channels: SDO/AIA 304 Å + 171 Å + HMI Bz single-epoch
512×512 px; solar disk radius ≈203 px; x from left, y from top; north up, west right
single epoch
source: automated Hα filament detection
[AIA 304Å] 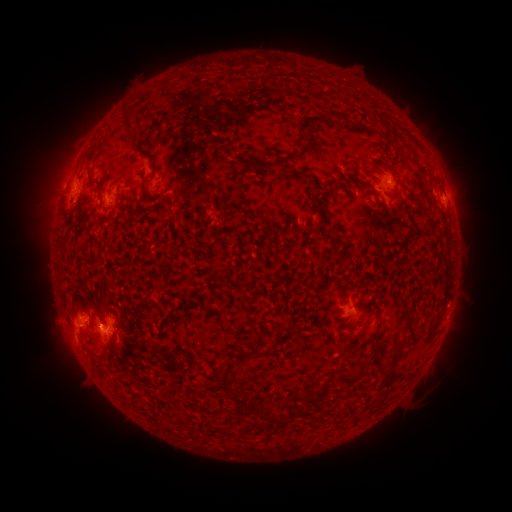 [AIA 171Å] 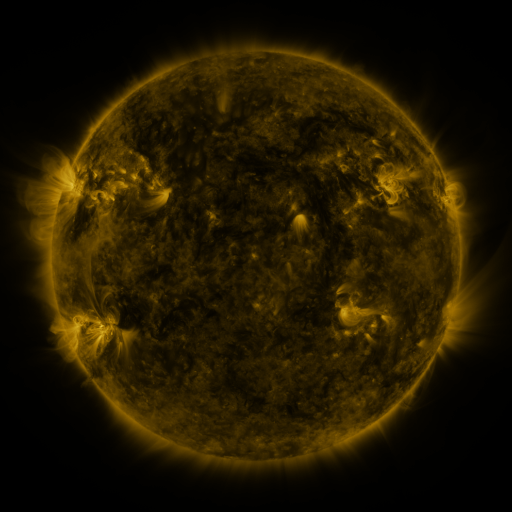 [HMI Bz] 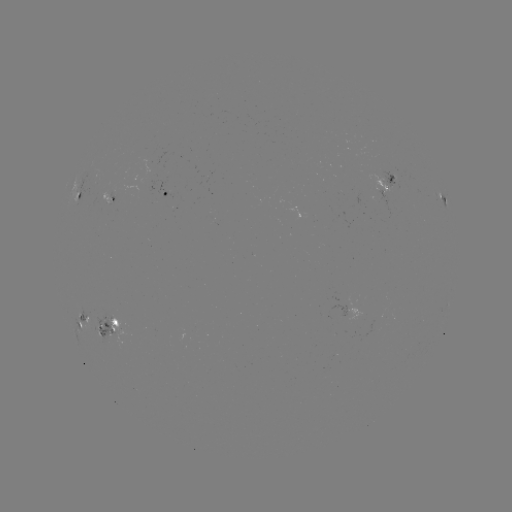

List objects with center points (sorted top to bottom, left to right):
filament: (127, 116)
filament: (388, 138)
filament: (284, 161)
filament: (95, 180)
filament: (241, 187)
filament: (145, 190)
filament: (221, 278)
filament: (358, 325)
filament: (289, 329)
filament: (397, 347)
filament: (245, 355)
filament: (349, 380)
filament: (312, 395)
filament: (243, 404)
filament: (271, 418)
